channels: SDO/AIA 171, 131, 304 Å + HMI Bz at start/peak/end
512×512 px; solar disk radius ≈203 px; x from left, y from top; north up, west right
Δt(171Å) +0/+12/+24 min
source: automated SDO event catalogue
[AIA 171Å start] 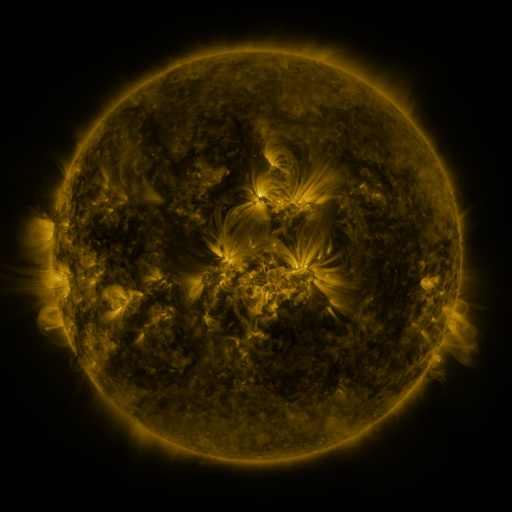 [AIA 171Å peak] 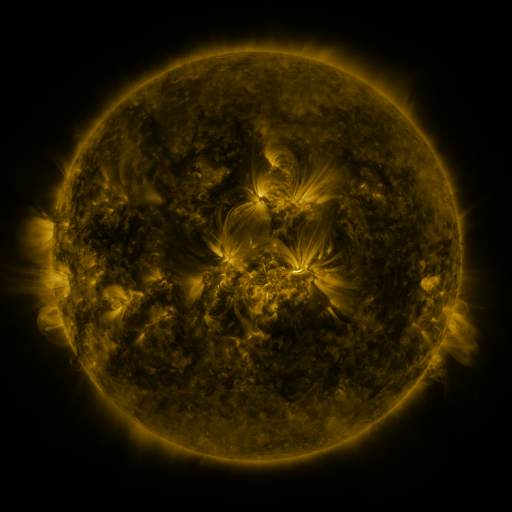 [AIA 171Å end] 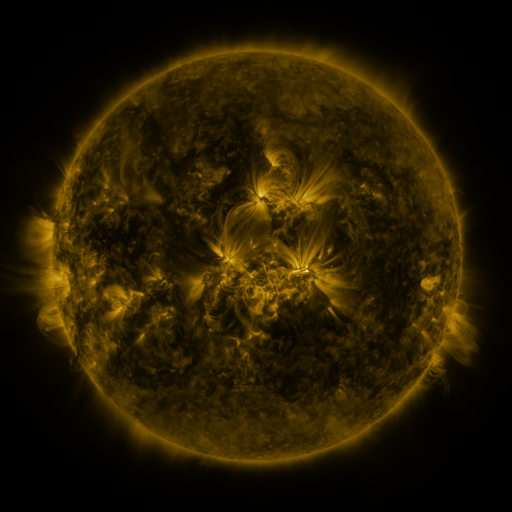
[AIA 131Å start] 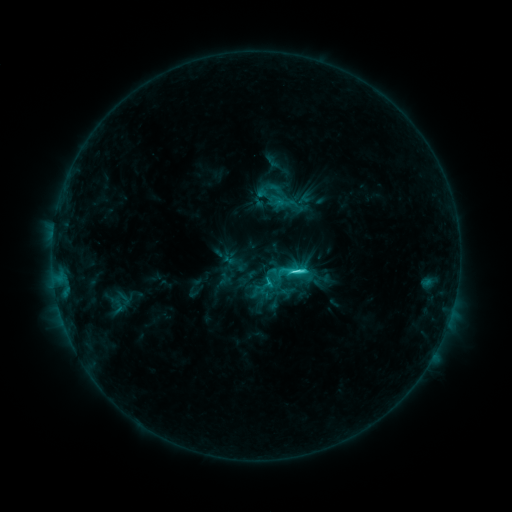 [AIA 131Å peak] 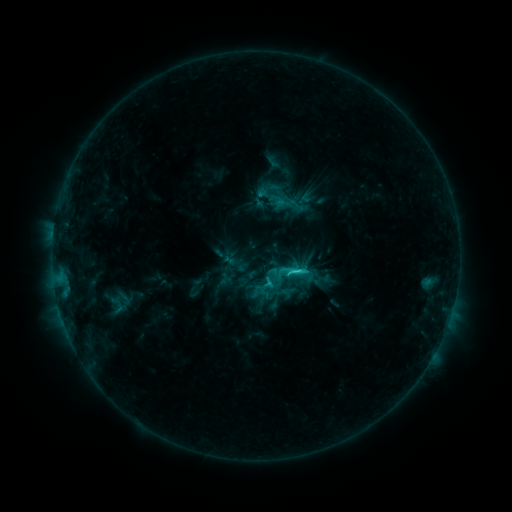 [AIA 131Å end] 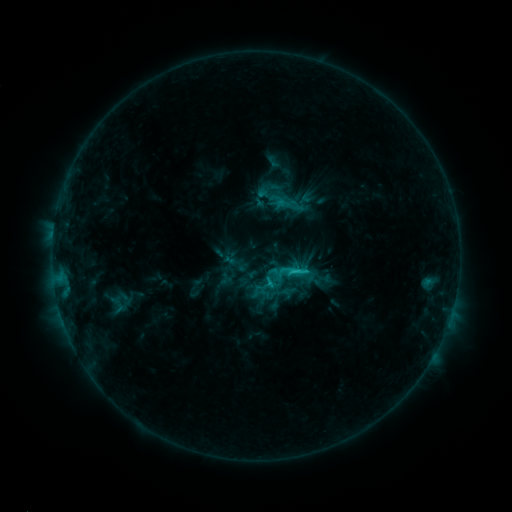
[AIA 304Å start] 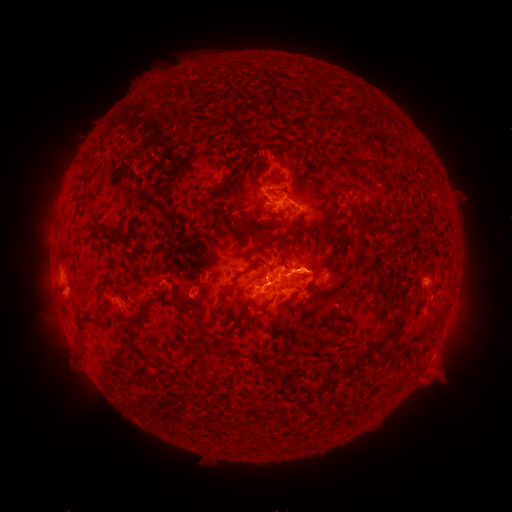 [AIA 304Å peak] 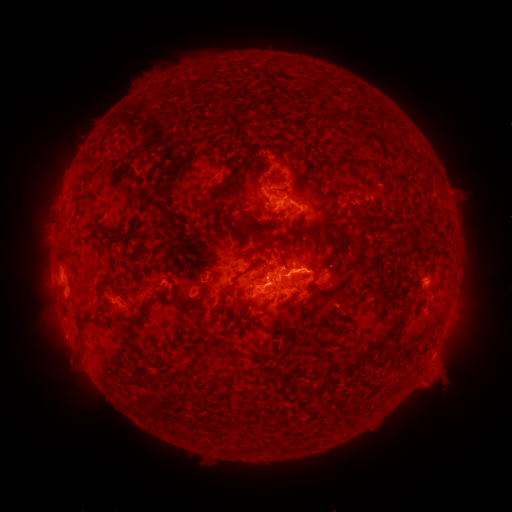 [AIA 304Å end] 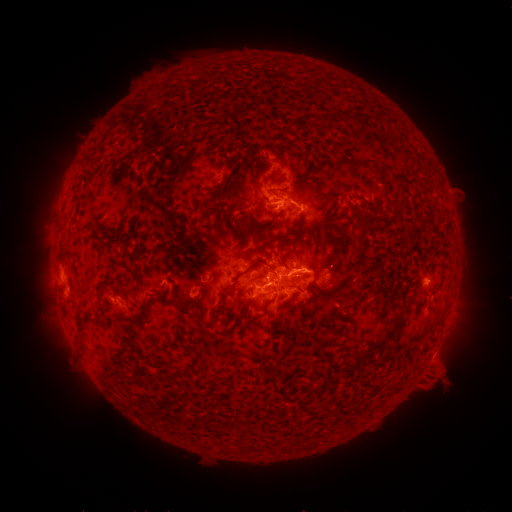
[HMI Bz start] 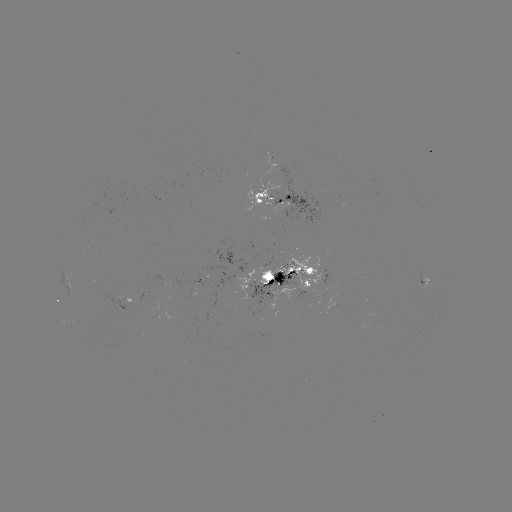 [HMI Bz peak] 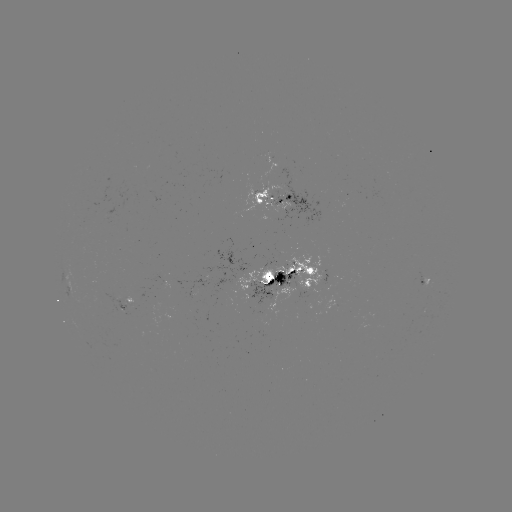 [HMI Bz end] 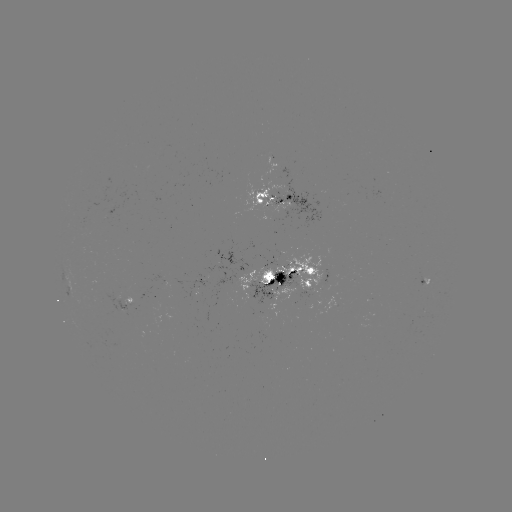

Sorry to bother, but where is eruption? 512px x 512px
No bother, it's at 430,383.